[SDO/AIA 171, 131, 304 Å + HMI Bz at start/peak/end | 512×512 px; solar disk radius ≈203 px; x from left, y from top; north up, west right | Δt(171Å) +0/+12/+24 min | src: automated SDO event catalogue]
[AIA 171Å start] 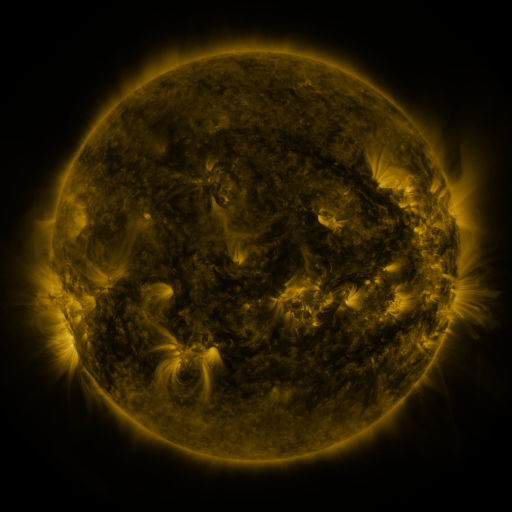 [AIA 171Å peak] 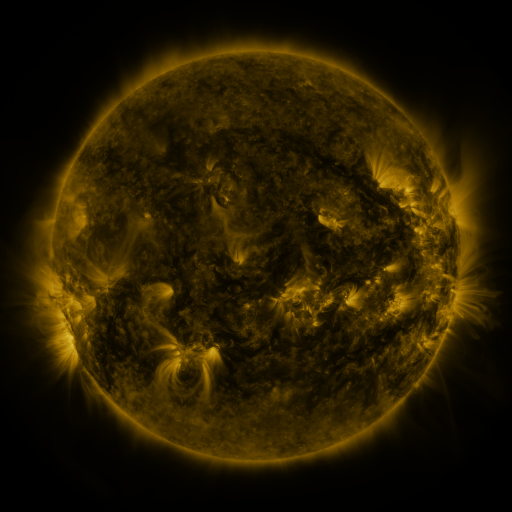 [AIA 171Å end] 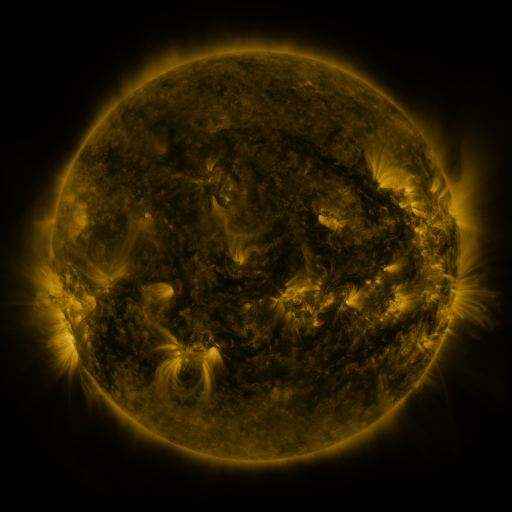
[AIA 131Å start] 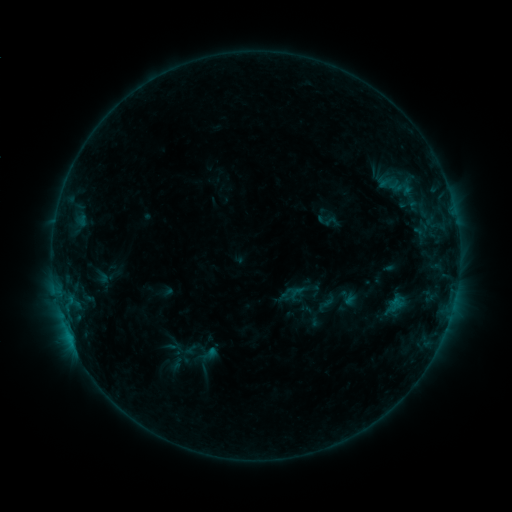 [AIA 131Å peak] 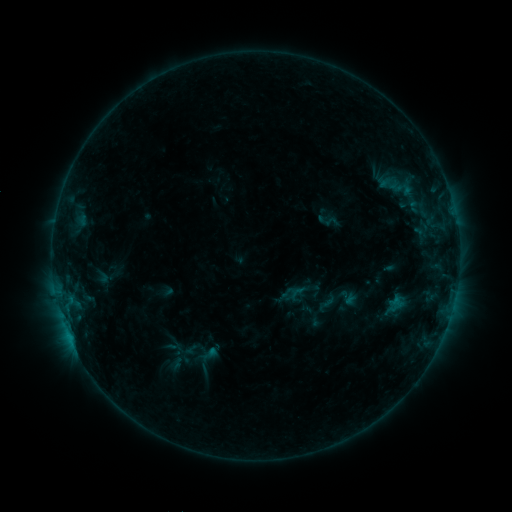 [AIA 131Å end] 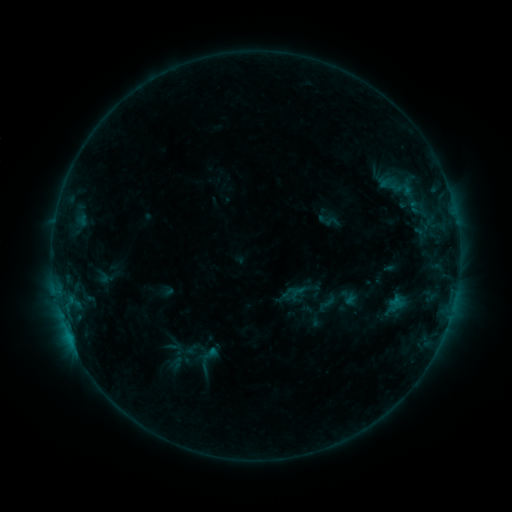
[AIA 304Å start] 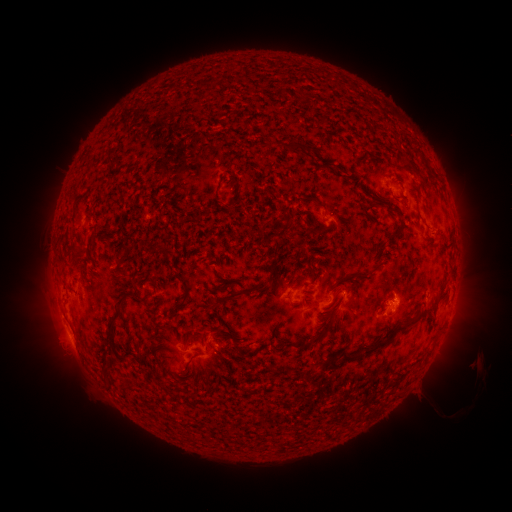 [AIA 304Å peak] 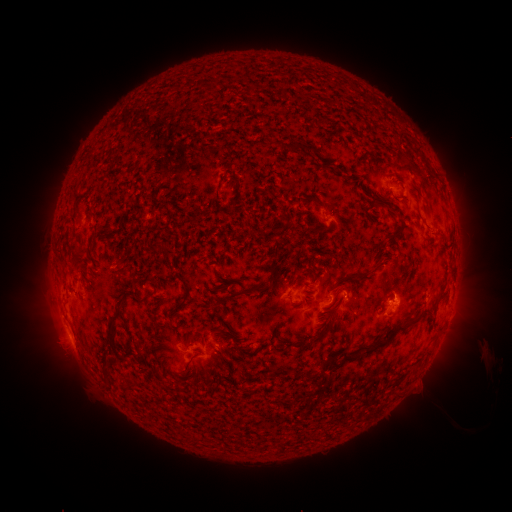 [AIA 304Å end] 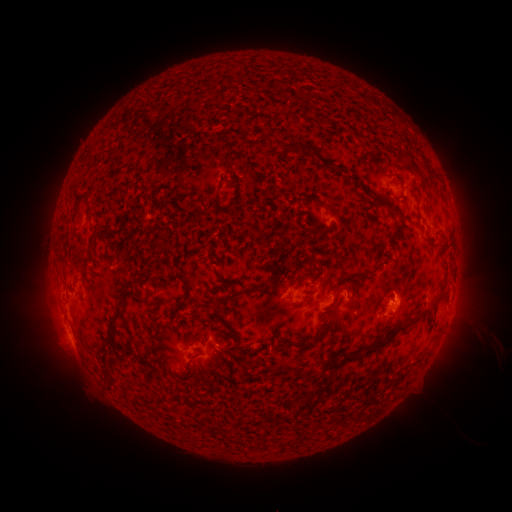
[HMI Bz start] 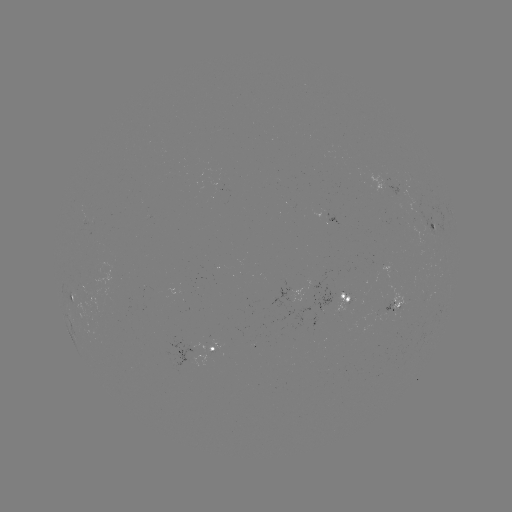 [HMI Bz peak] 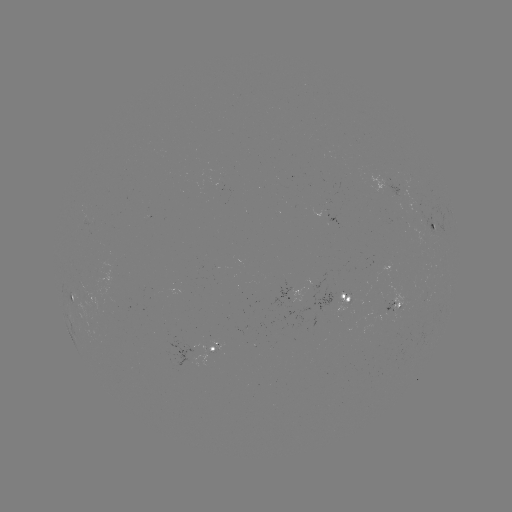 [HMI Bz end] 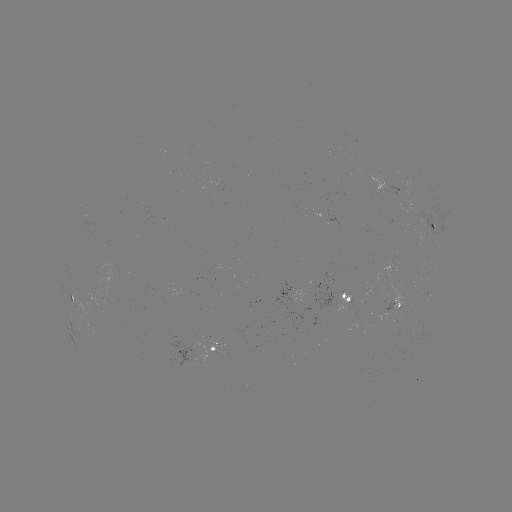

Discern eruption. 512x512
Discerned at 488,356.